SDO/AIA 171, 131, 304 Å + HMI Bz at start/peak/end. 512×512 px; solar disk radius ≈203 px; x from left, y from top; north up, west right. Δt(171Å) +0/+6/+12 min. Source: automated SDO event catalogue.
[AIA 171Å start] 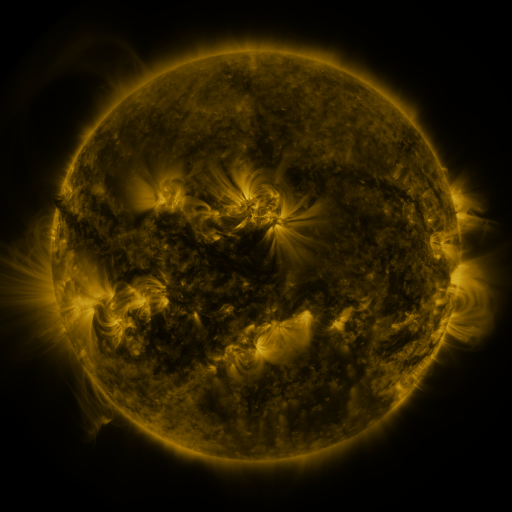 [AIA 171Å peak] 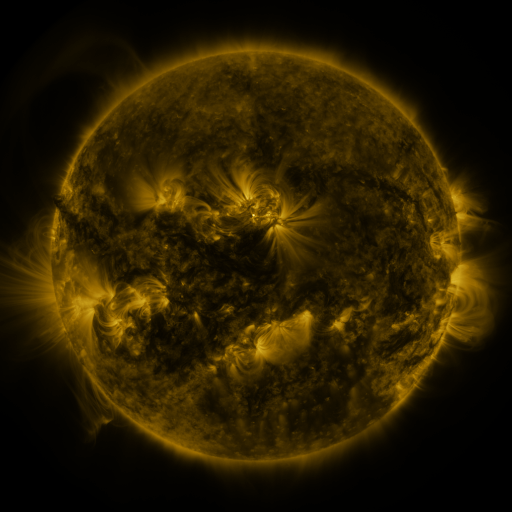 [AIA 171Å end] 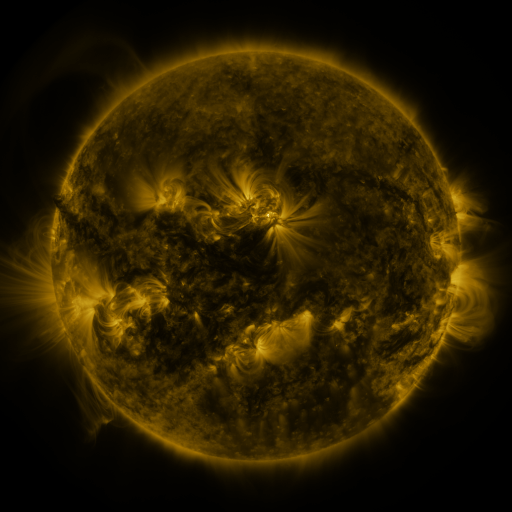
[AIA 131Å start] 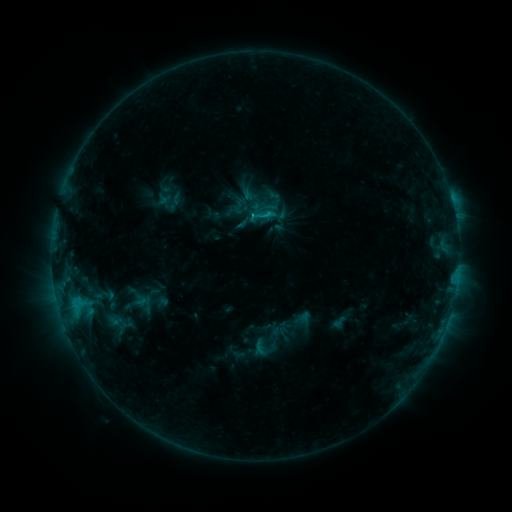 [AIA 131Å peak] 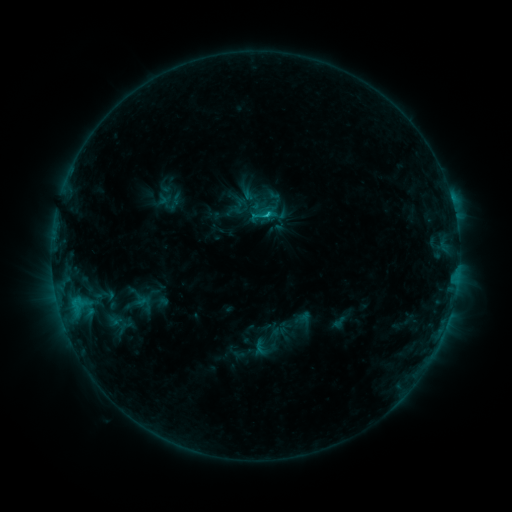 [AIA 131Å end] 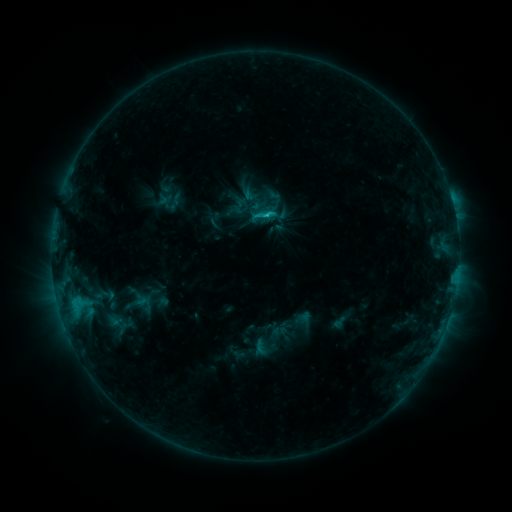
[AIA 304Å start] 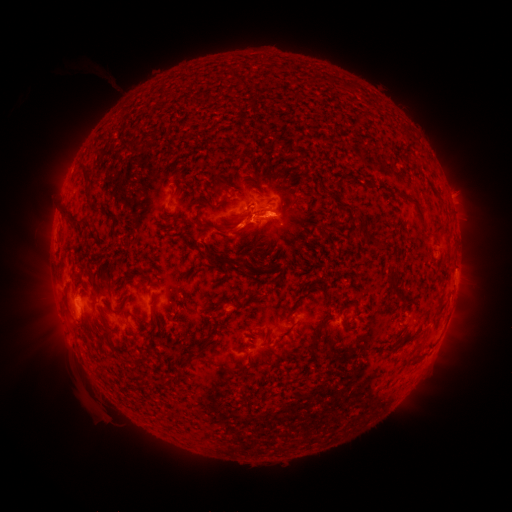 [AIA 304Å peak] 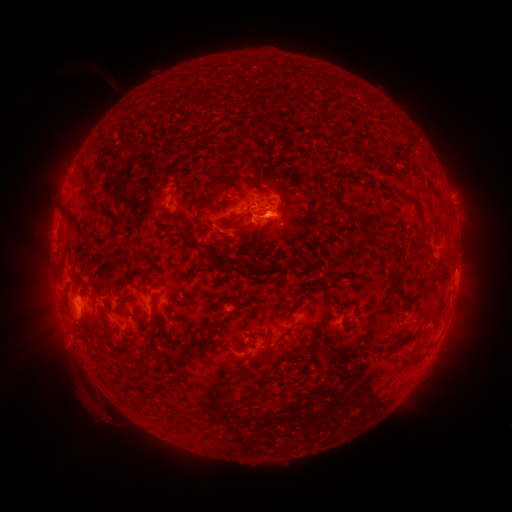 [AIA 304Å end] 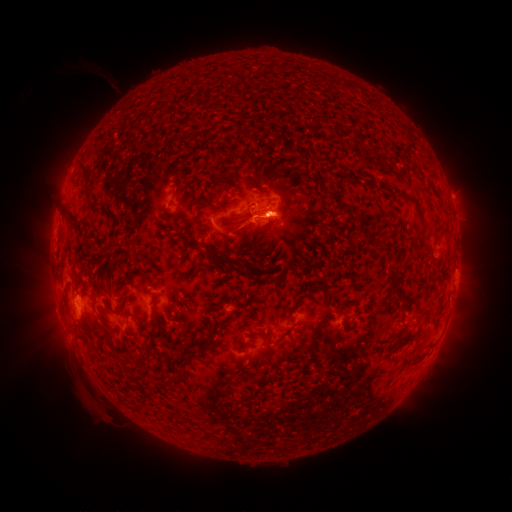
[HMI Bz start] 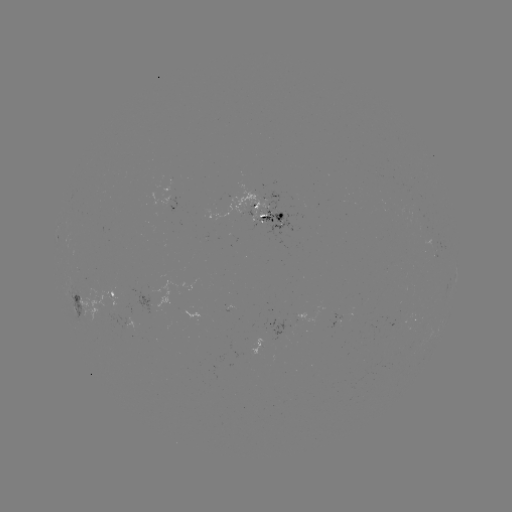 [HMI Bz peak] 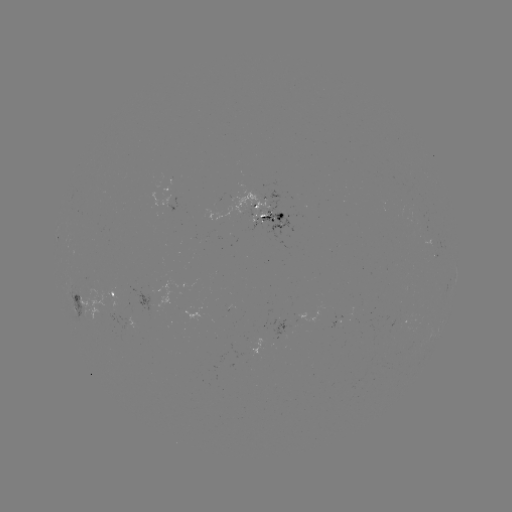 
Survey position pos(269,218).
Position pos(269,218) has C1.9 flare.